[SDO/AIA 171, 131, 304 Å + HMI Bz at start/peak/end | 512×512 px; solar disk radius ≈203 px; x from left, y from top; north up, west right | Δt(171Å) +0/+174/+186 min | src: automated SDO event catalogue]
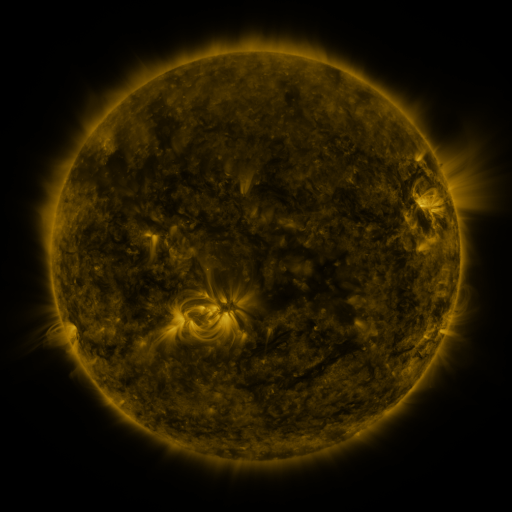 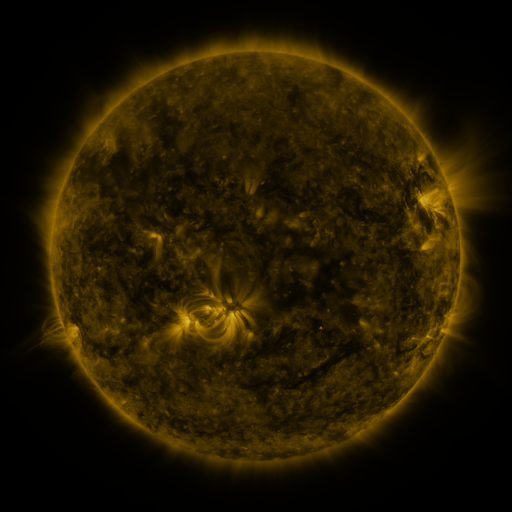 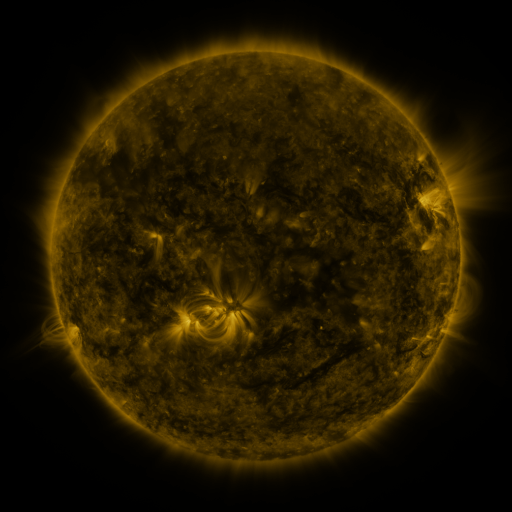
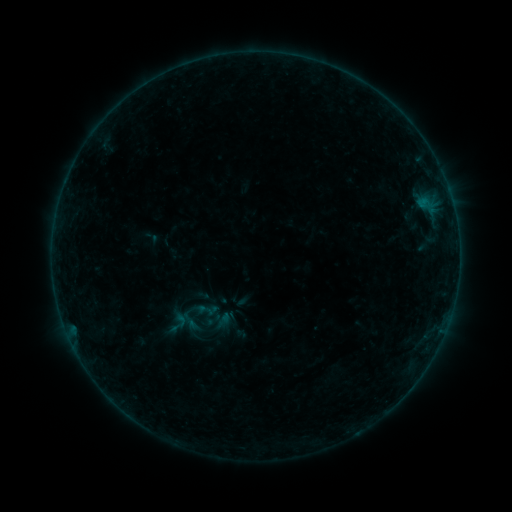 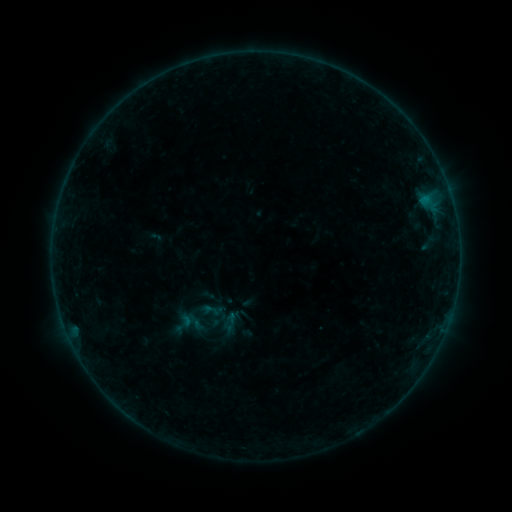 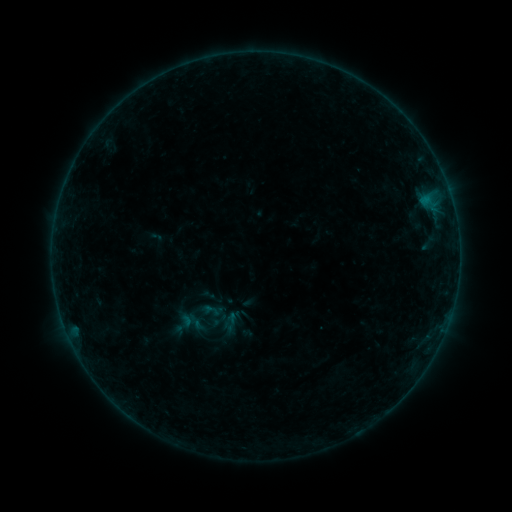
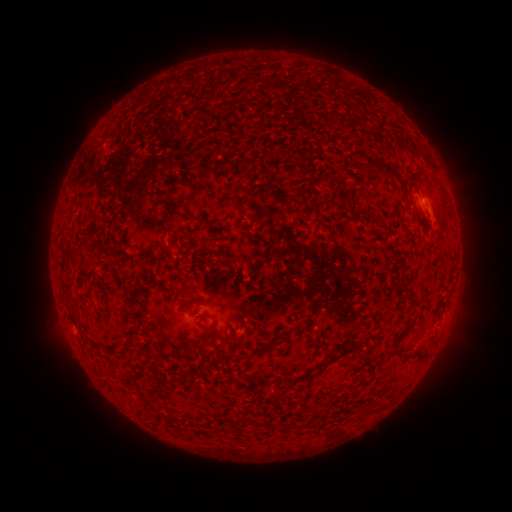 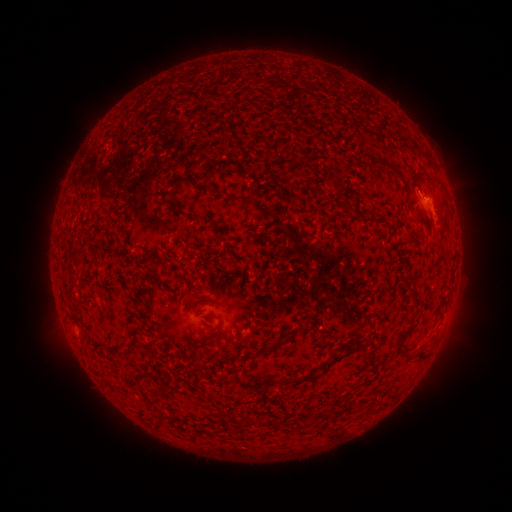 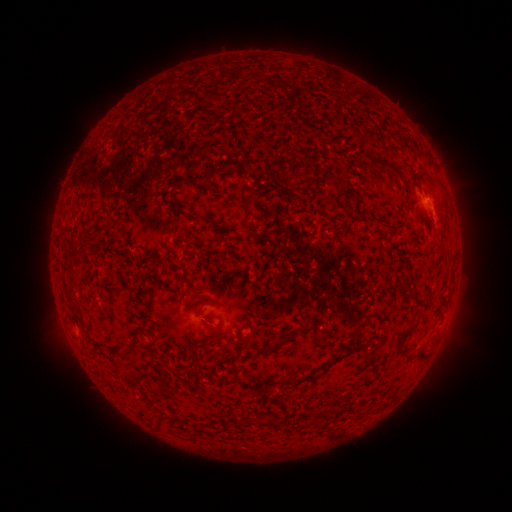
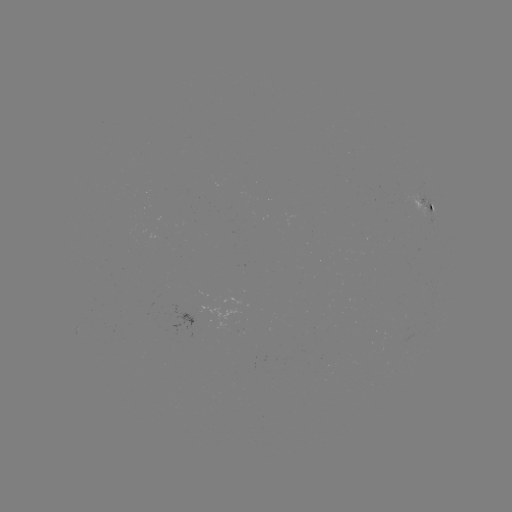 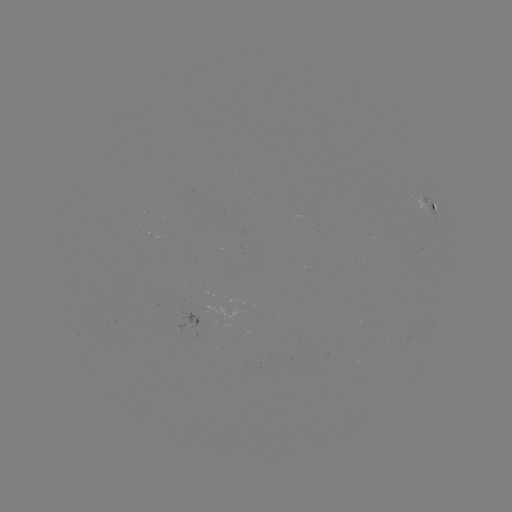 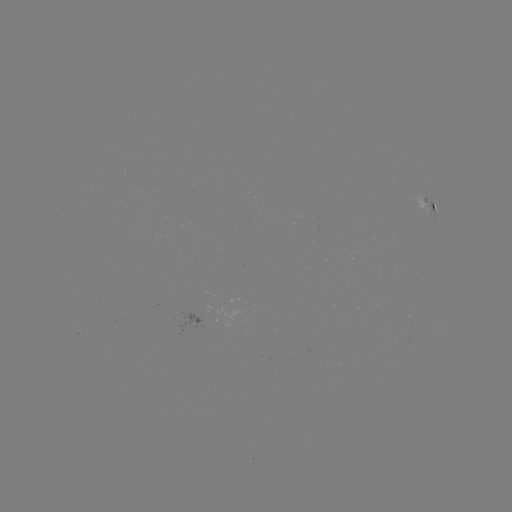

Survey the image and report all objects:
B1.7 flare: (425, 200)
